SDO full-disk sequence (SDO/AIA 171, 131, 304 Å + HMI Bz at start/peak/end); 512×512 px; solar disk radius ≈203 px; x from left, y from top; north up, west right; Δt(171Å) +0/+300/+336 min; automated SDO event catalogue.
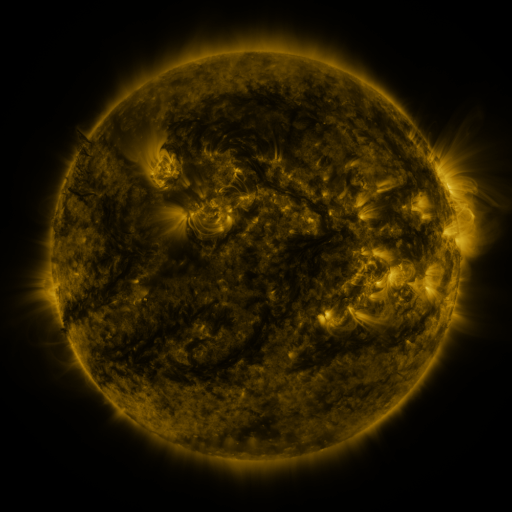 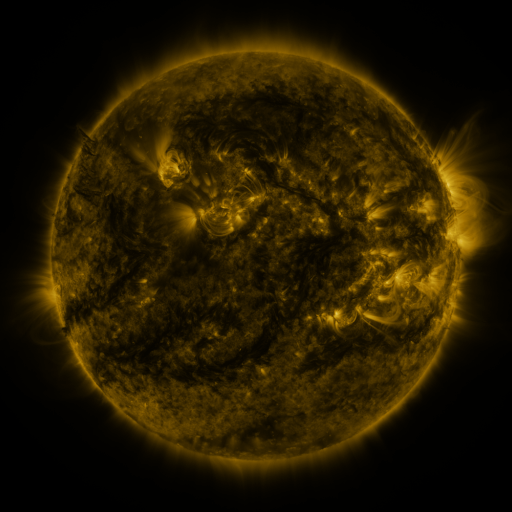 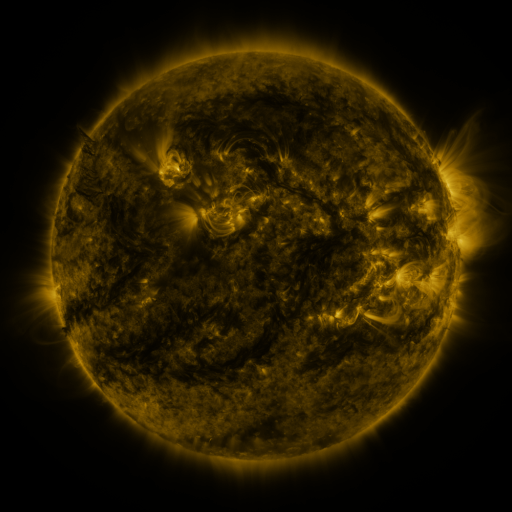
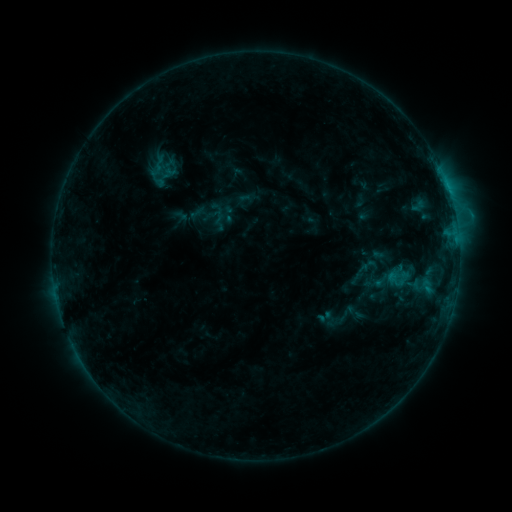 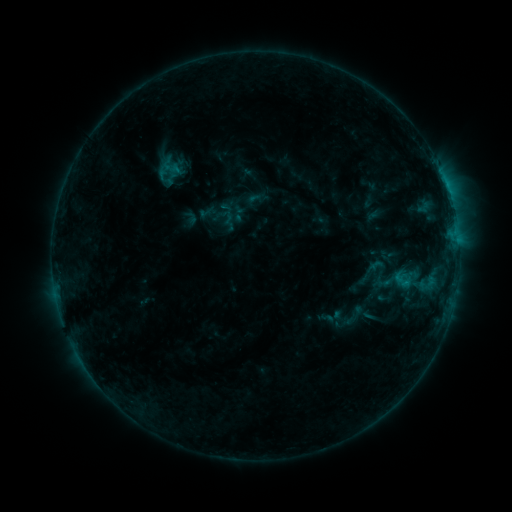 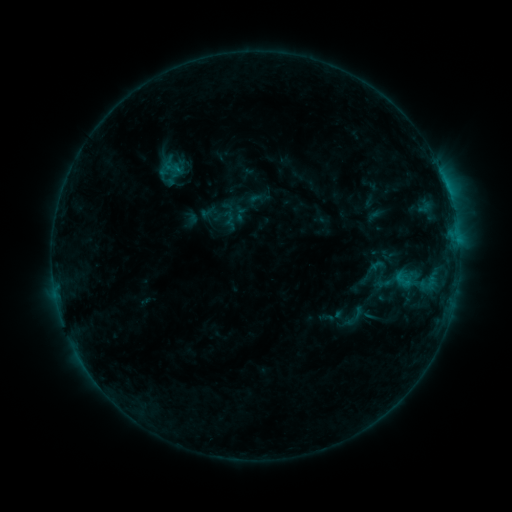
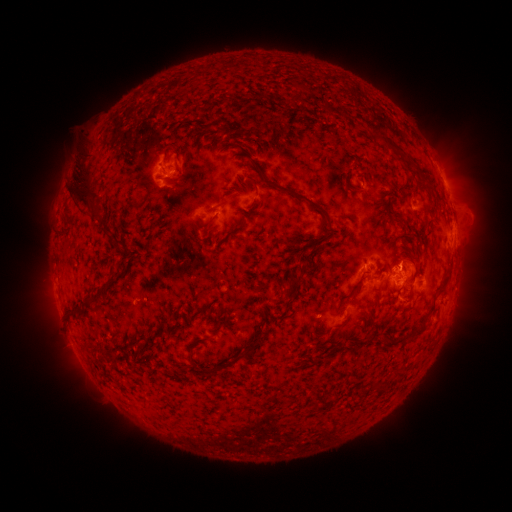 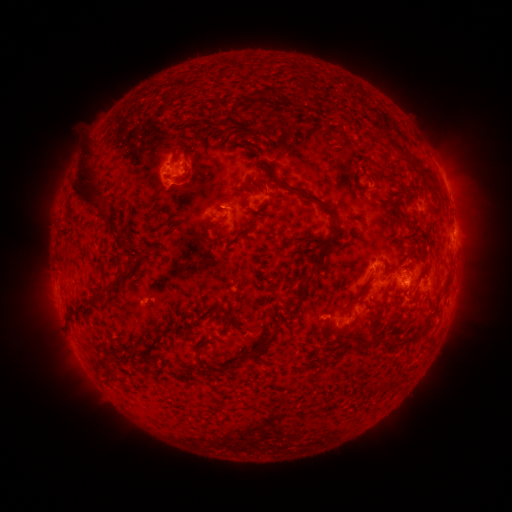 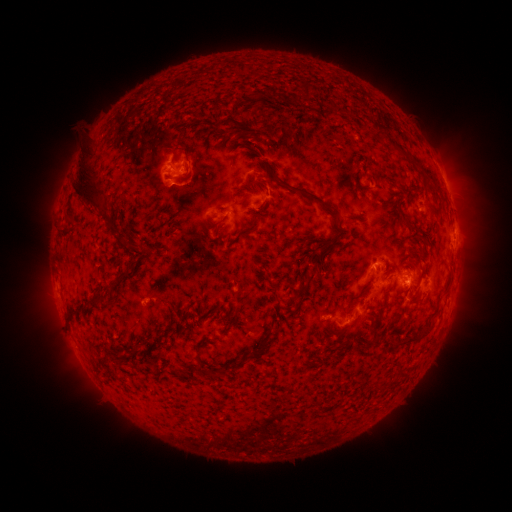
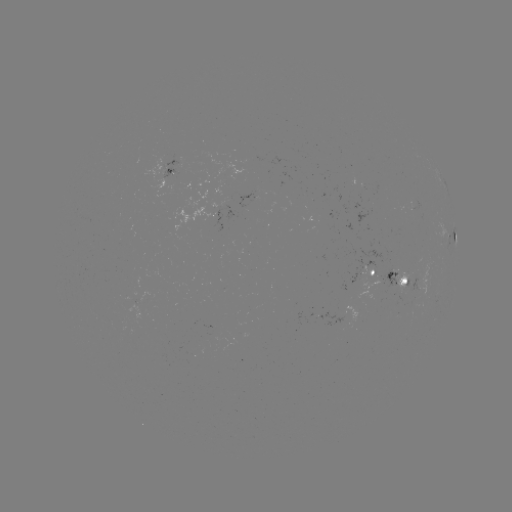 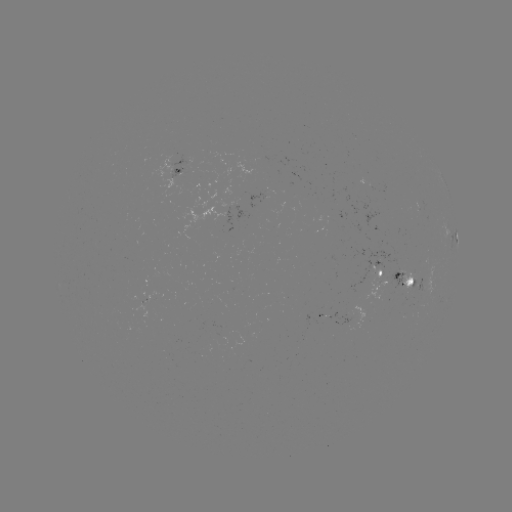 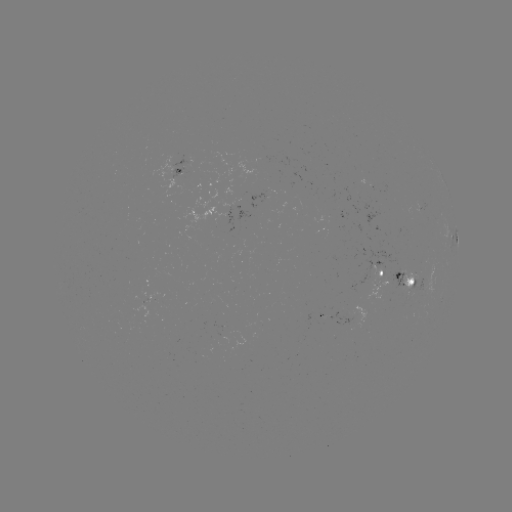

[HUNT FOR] emerging-flux region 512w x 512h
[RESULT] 322,316